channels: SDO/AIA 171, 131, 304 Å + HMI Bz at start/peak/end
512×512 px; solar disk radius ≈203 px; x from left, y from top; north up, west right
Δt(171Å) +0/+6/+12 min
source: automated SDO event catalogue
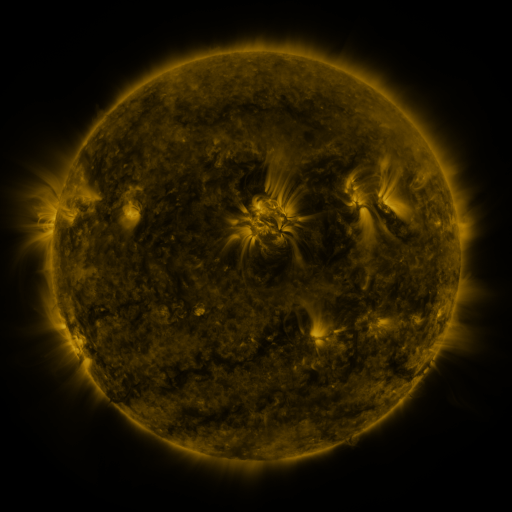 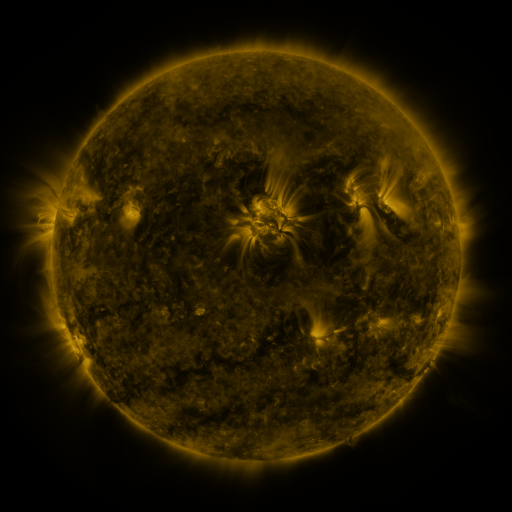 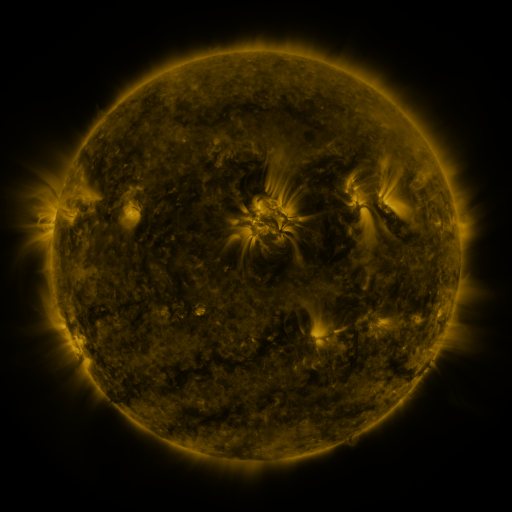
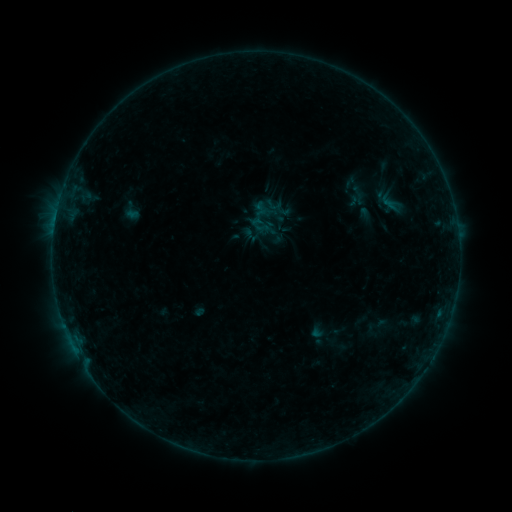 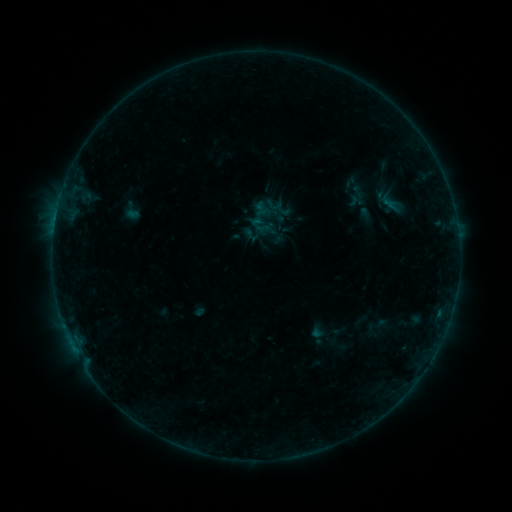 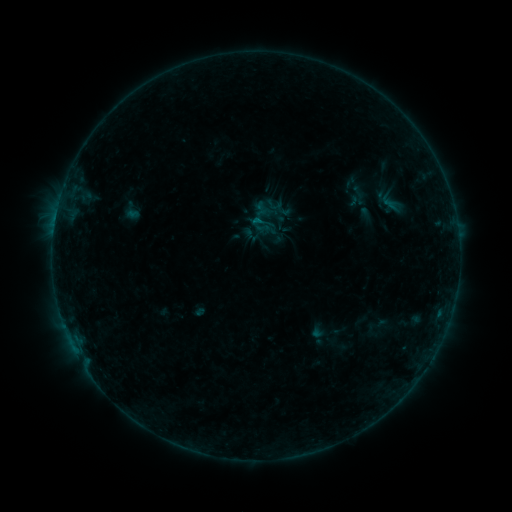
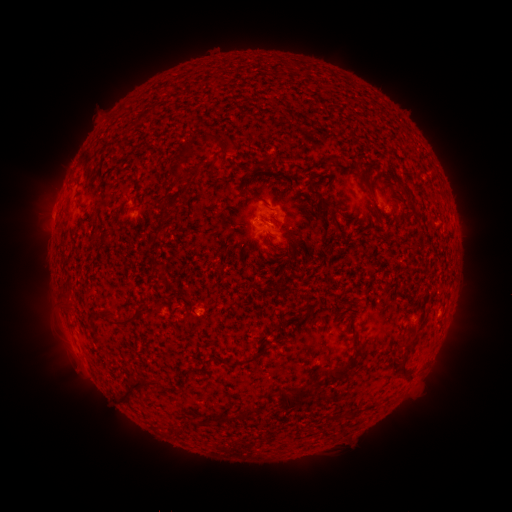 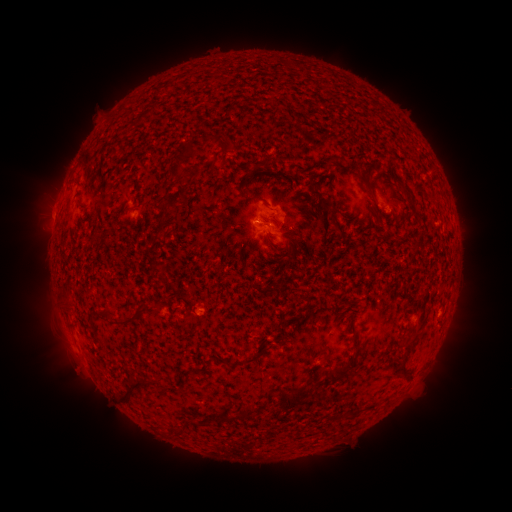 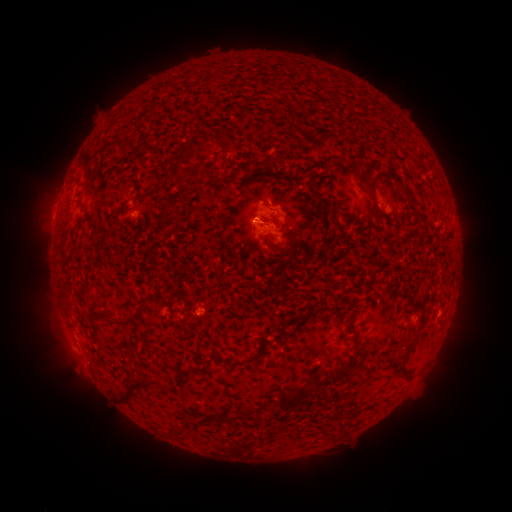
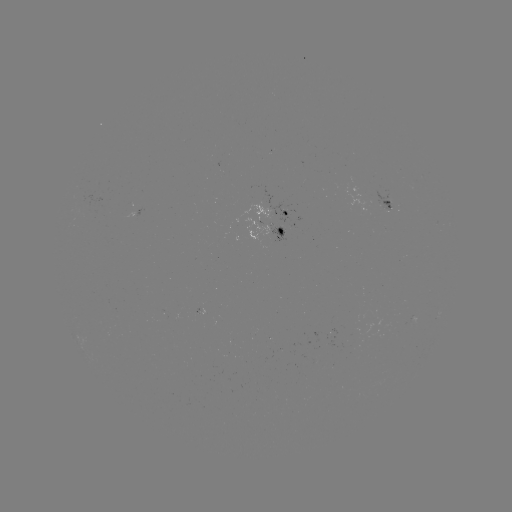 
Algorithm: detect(B2.2 flare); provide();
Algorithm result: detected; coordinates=[55, 220]